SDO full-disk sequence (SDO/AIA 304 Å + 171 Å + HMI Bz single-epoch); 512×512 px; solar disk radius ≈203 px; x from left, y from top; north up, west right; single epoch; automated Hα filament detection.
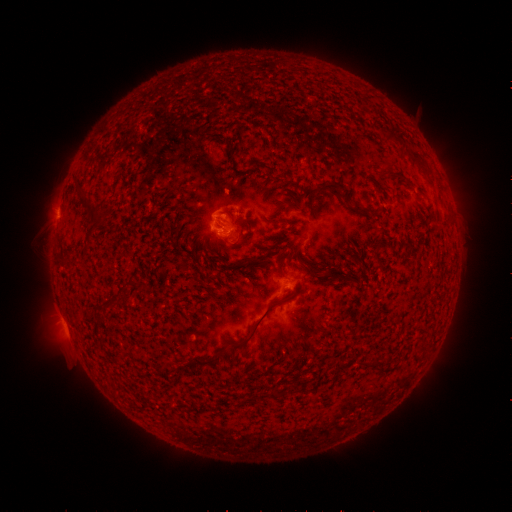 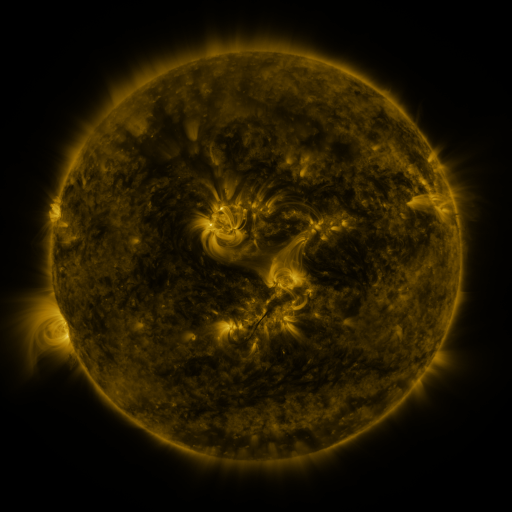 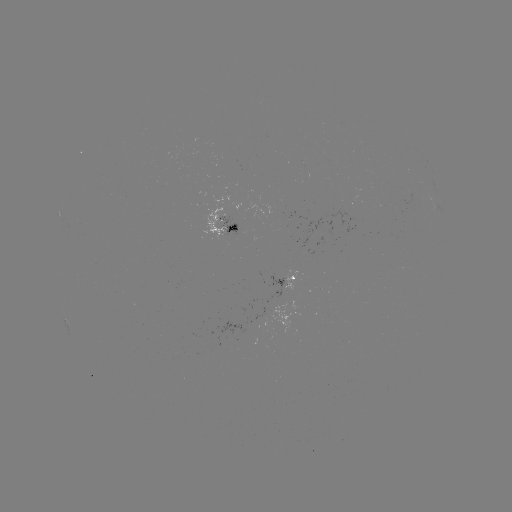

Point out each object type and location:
filament: (392, 136)
filament: (231, 154)
filament: (418, 163)
filament: (254, 164)
filament: (393, 175)
filament: (324, 189)
filament: (90, 206)
filament: (292, 206)
filament: (364, 212)
filament: (280, 266)
filament: (337, 277)
filament: (131, 283)
filament: (110, 302)
filament: (256, 324)
filament: (193, 362)
filament: (274, 392)
